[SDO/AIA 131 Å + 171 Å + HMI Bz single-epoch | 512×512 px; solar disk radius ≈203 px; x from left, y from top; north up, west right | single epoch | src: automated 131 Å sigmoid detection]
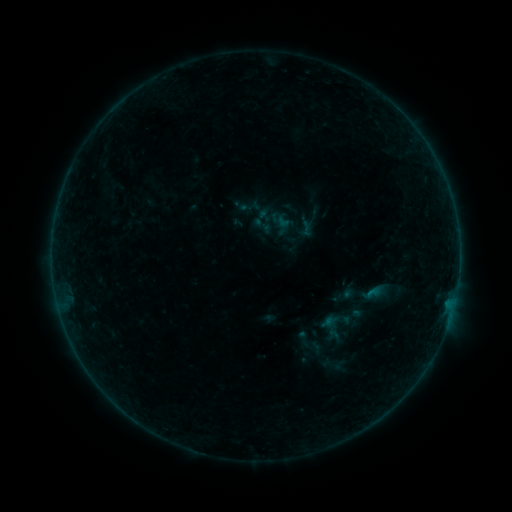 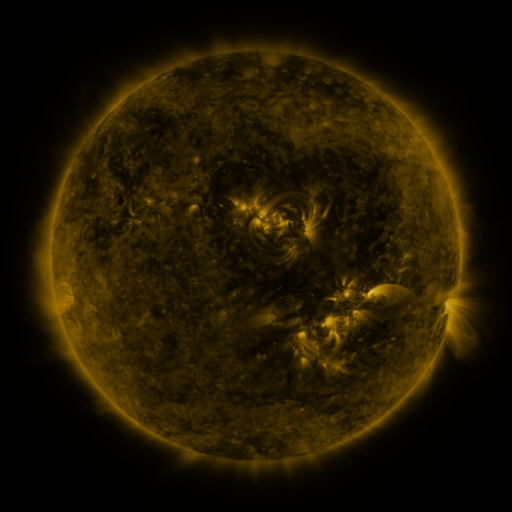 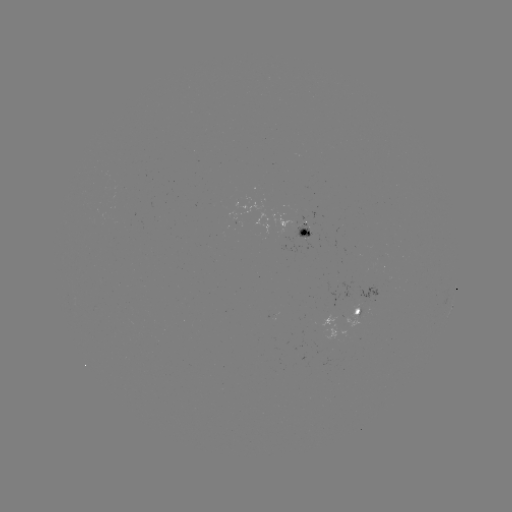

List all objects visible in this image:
sigmoid: (264, 225)
sigmoid: (305, 341)
